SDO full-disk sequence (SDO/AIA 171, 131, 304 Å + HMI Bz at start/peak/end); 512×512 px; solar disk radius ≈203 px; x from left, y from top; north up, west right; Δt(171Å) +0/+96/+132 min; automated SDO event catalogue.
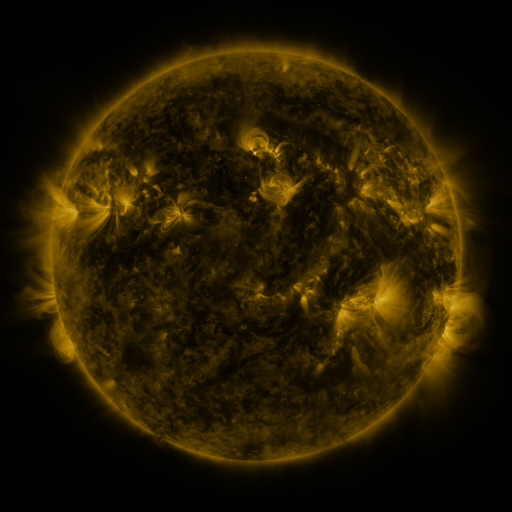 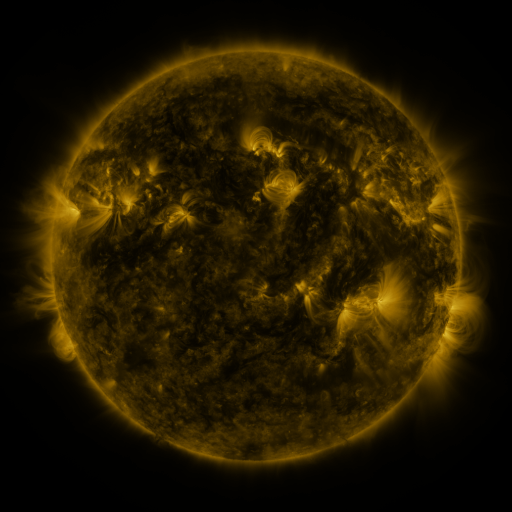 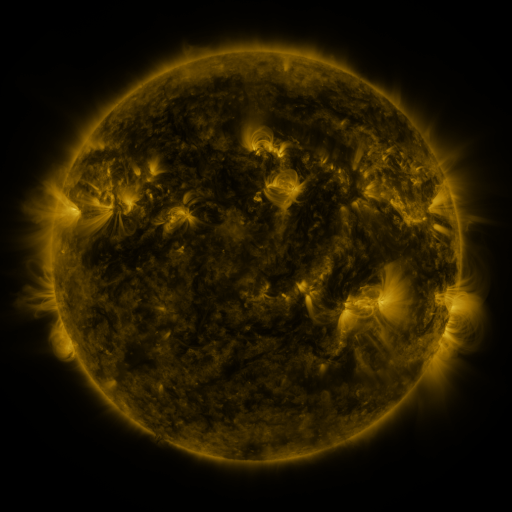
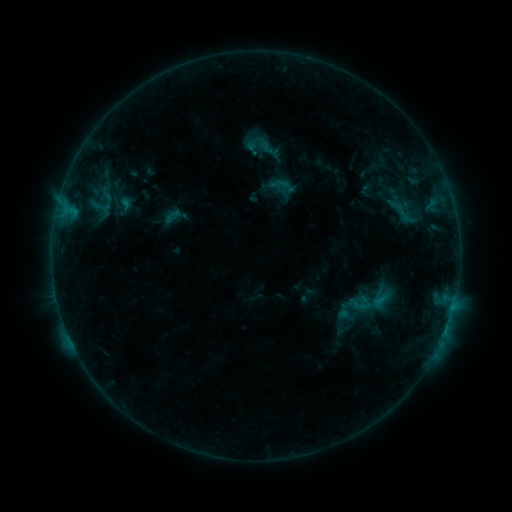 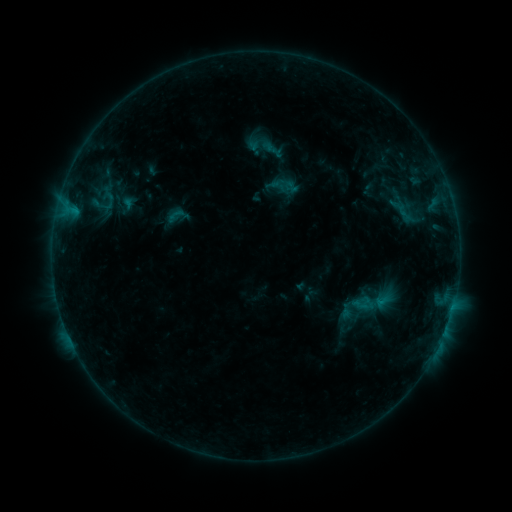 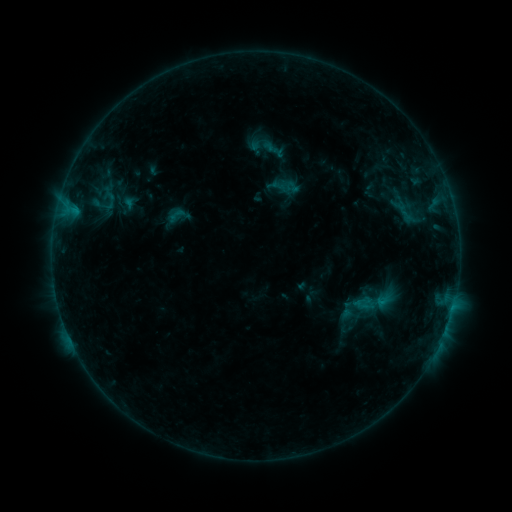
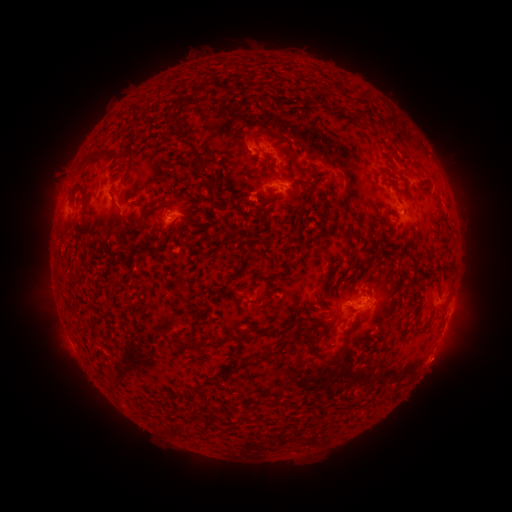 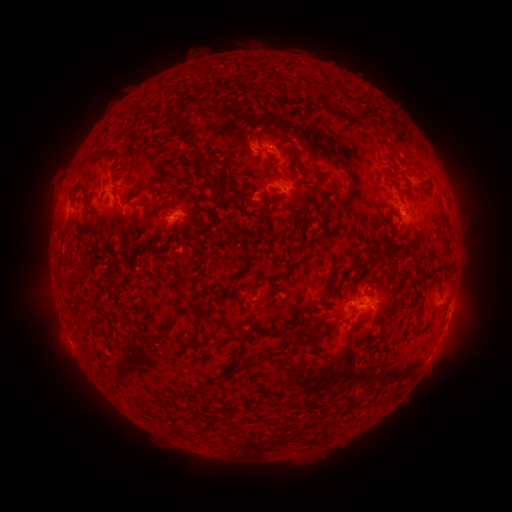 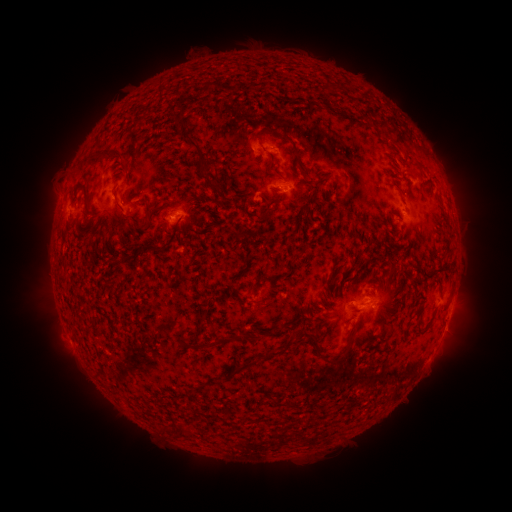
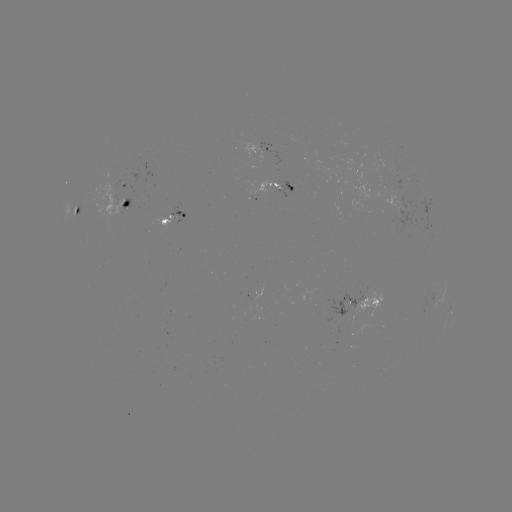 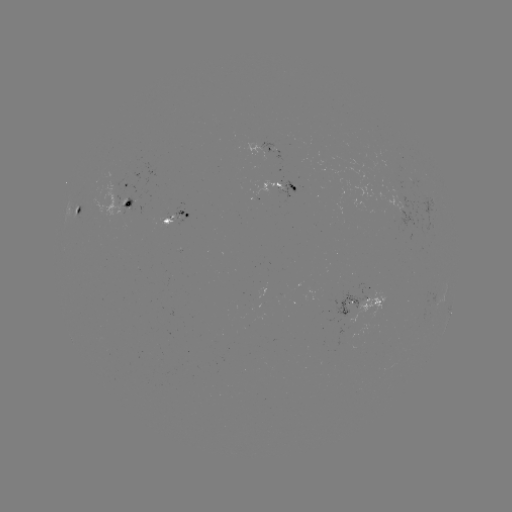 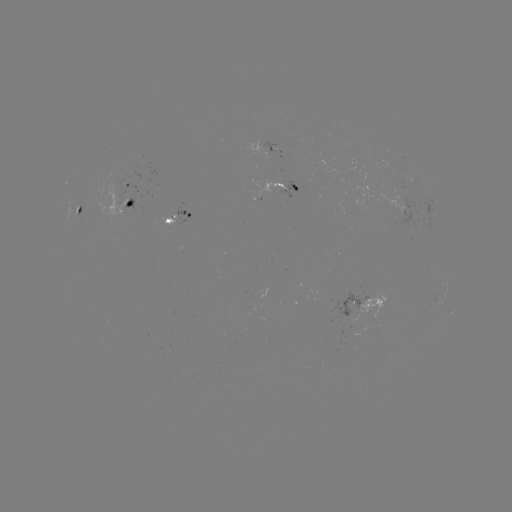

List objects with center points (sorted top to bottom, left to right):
emerging-flux region: (402, 202)
